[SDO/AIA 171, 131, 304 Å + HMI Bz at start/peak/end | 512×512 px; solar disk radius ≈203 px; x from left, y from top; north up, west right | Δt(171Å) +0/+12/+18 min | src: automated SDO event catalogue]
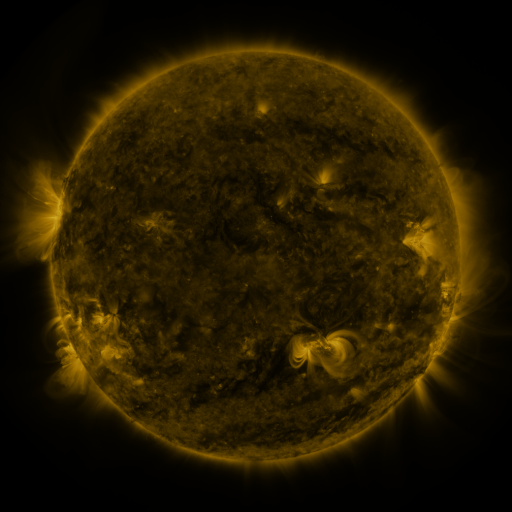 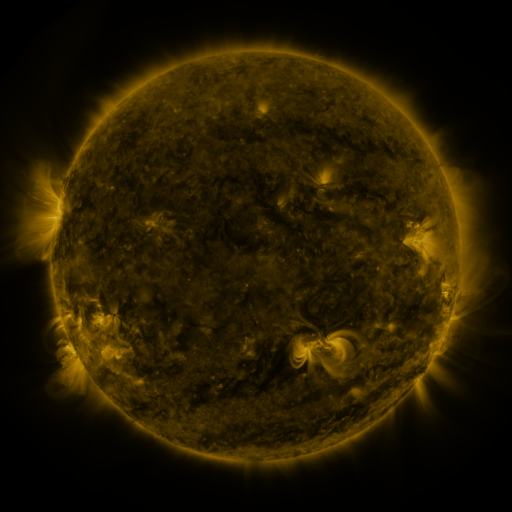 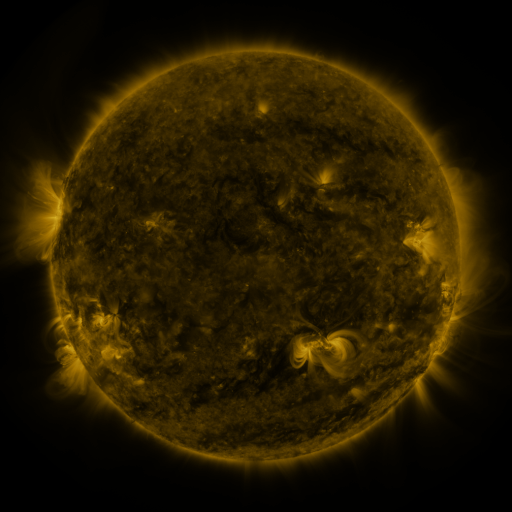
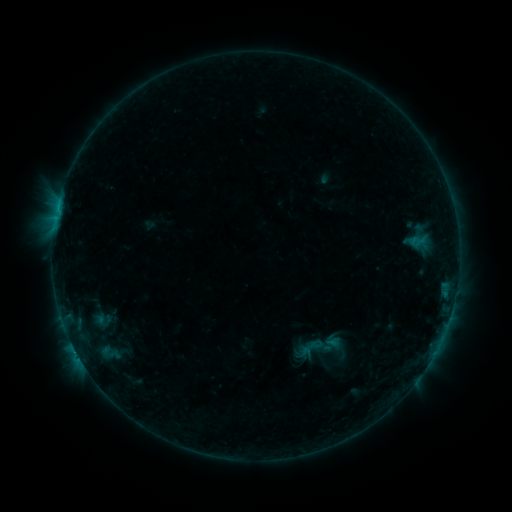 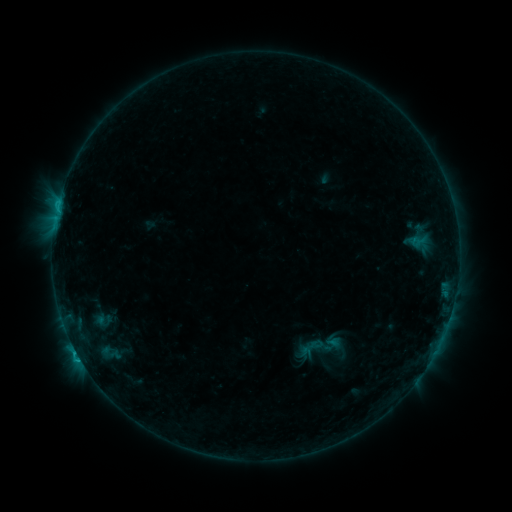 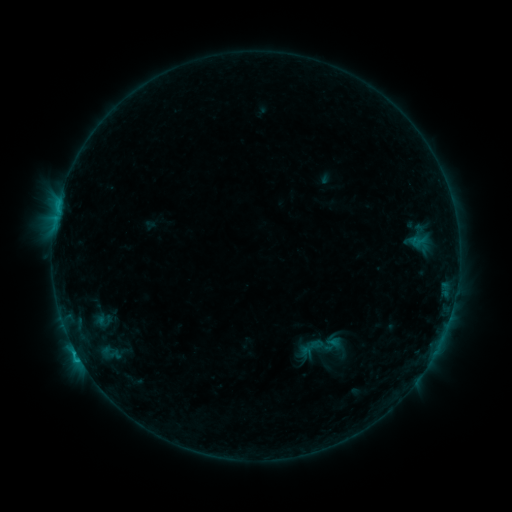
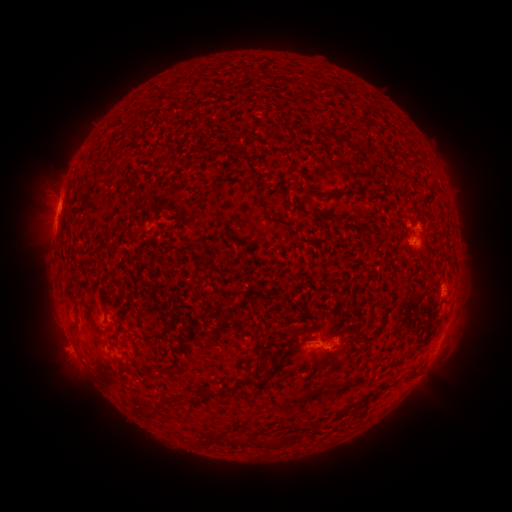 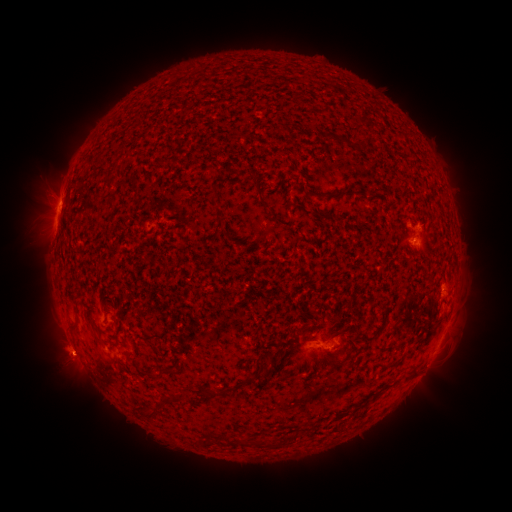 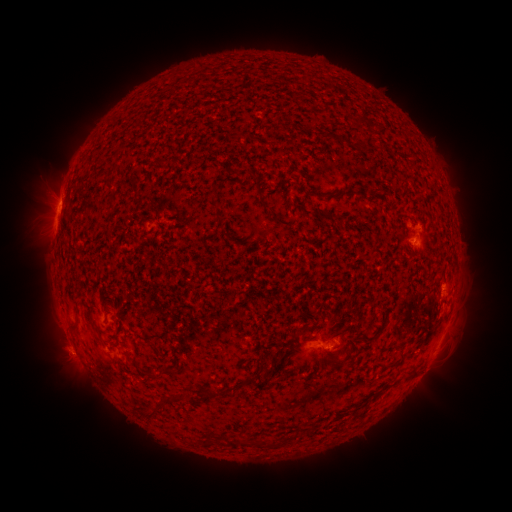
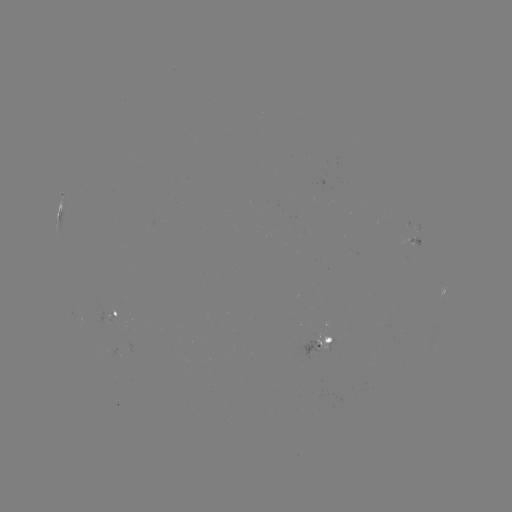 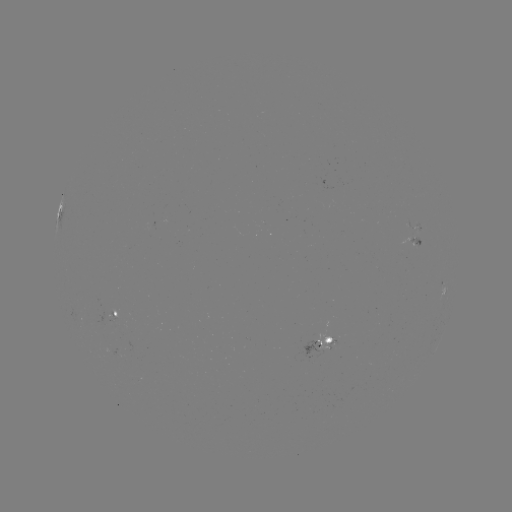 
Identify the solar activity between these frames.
C1.0 flare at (77, 352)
